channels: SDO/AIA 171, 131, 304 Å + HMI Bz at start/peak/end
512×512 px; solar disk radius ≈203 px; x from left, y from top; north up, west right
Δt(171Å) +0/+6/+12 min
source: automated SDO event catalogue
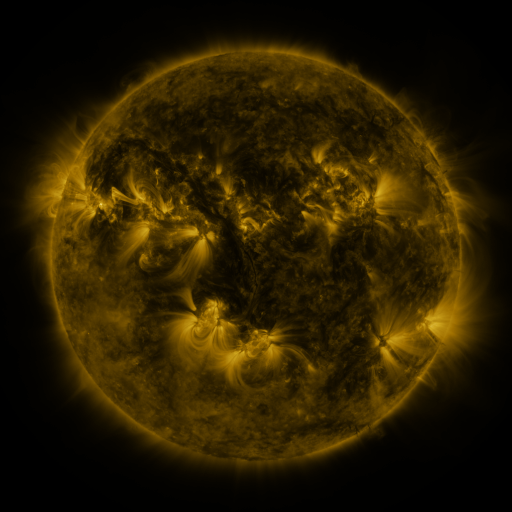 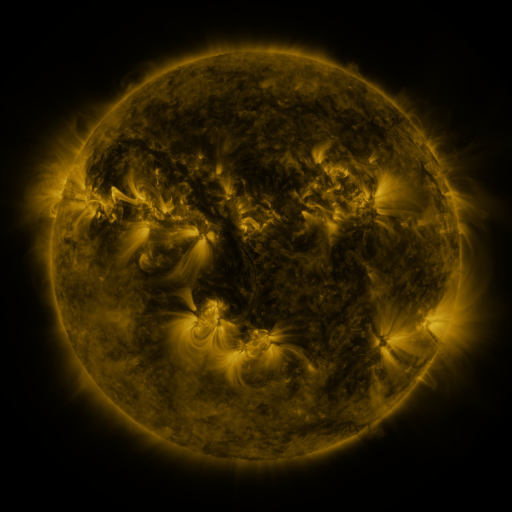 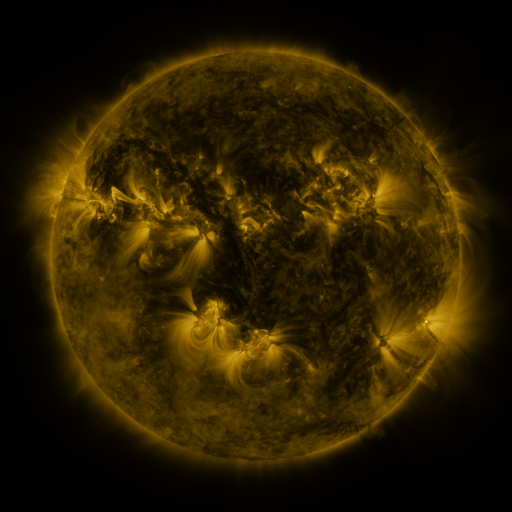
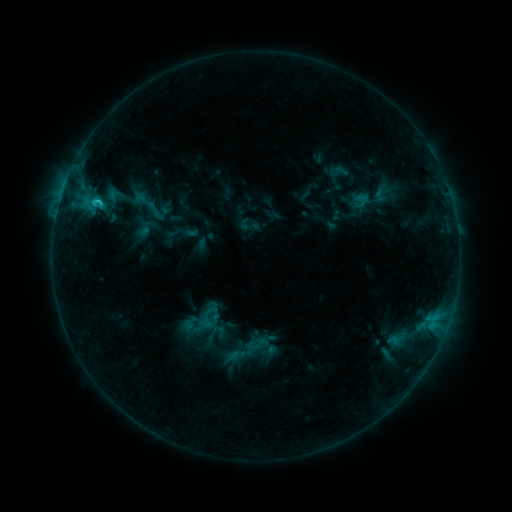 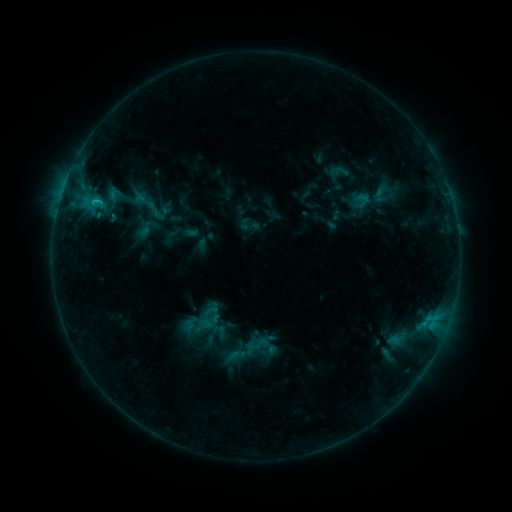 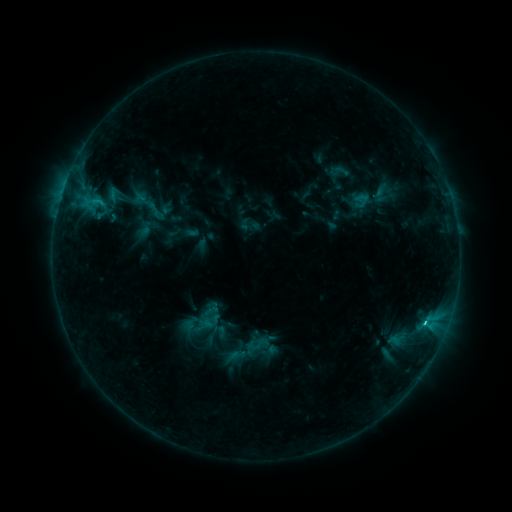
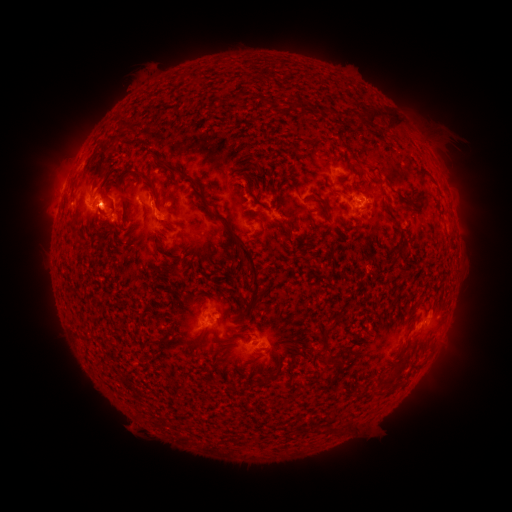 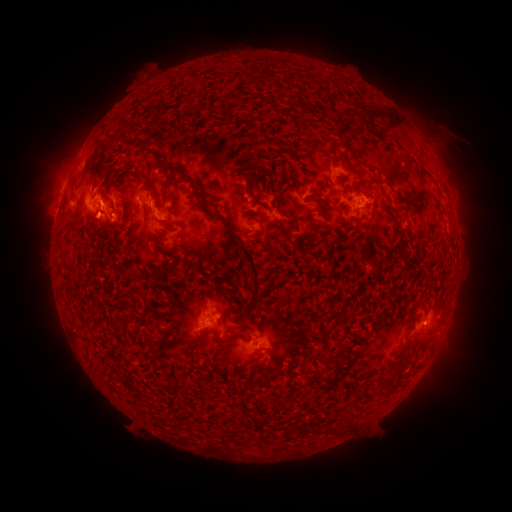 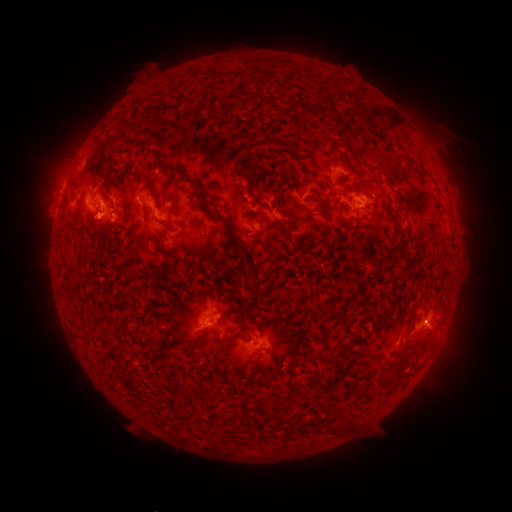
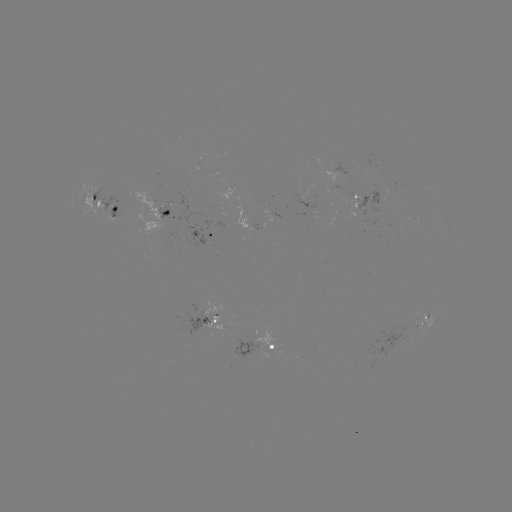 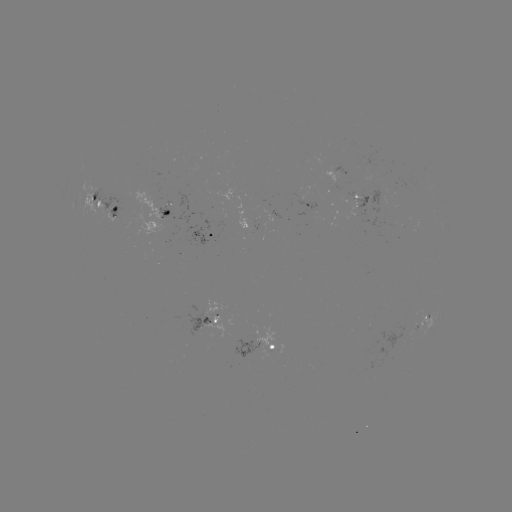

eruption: (74, 187, 122, 246)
